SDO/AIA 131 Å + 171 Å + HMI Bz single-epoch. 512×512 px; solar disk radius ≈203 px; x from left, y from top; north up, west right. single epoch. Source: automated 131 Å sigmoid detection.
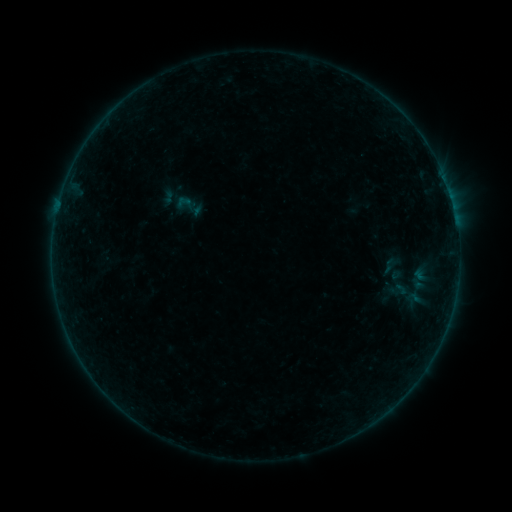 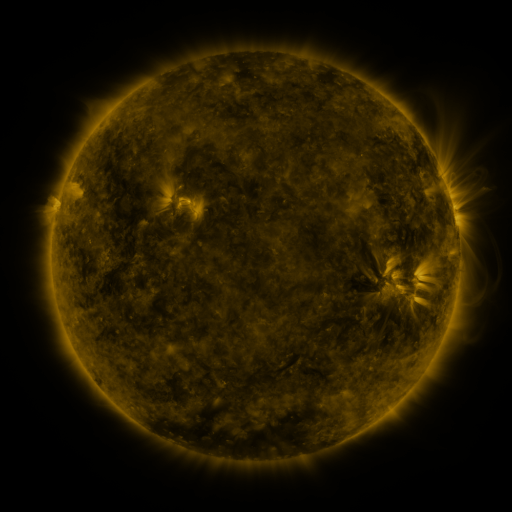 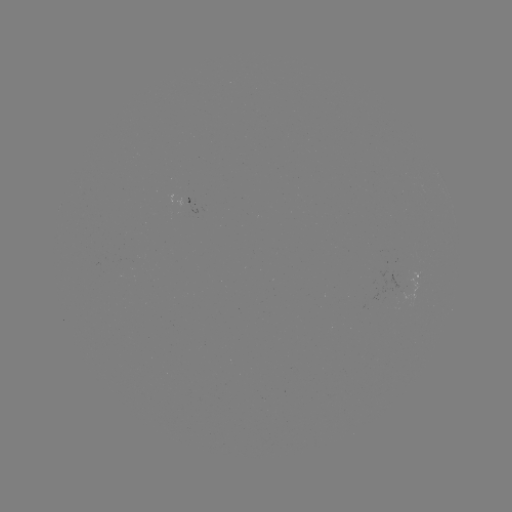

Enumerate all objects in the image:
sigmoid: (189, 206)
sigmoid: (393, 266)
